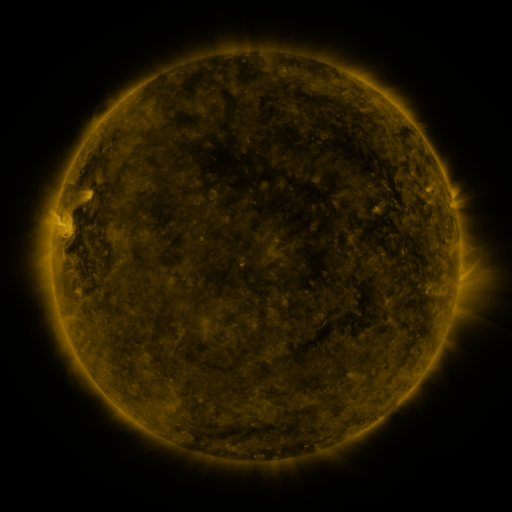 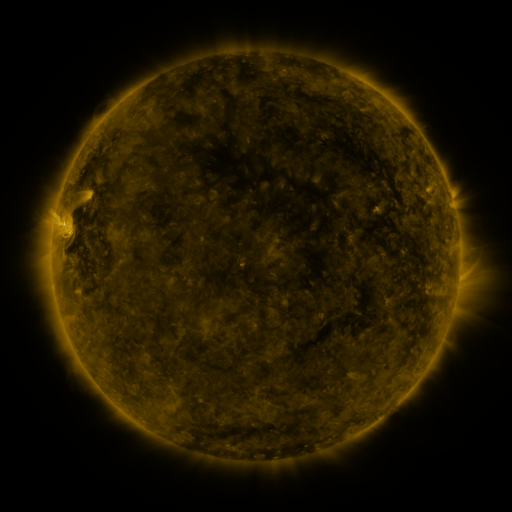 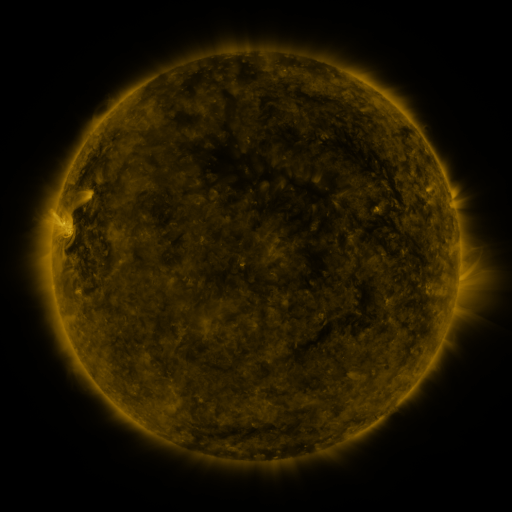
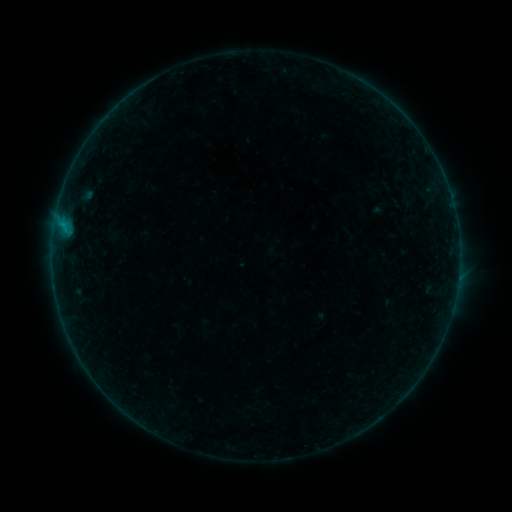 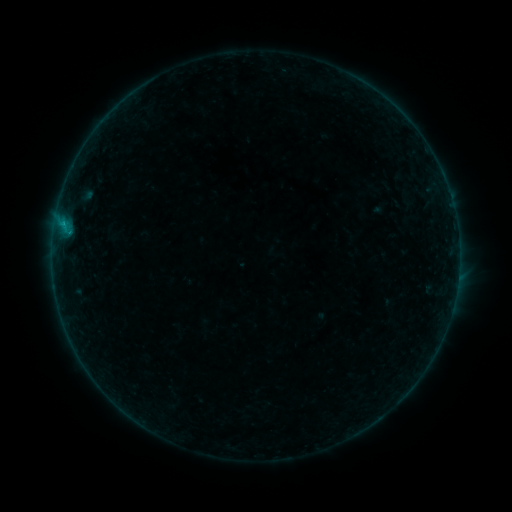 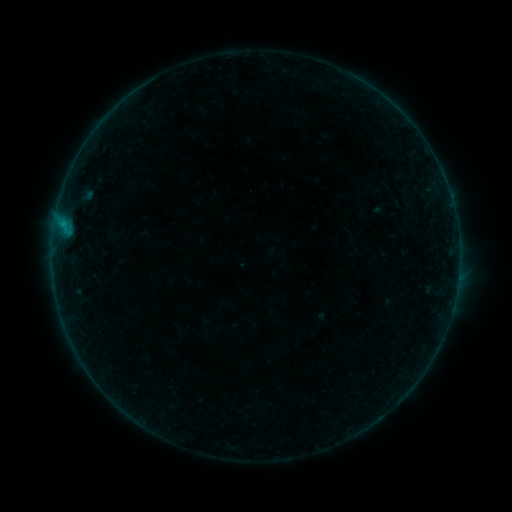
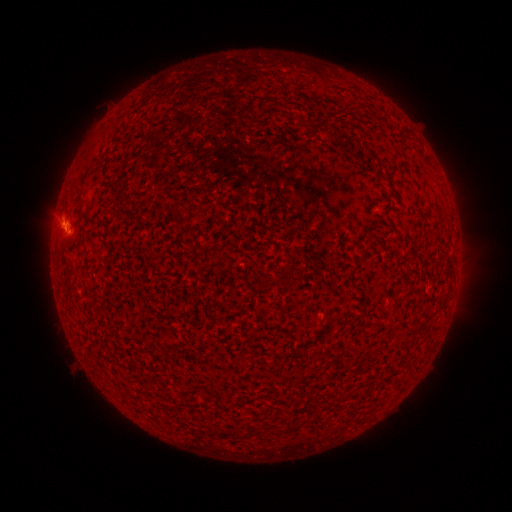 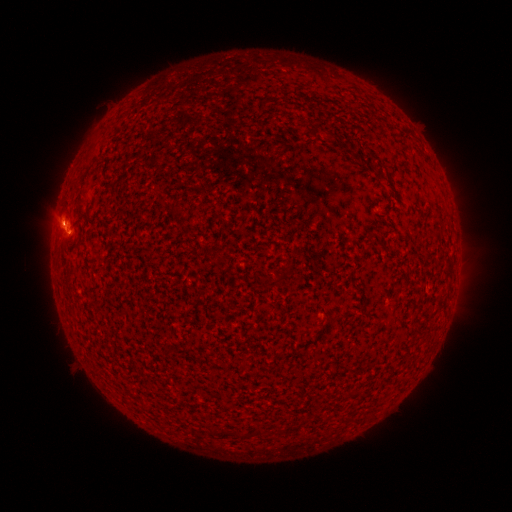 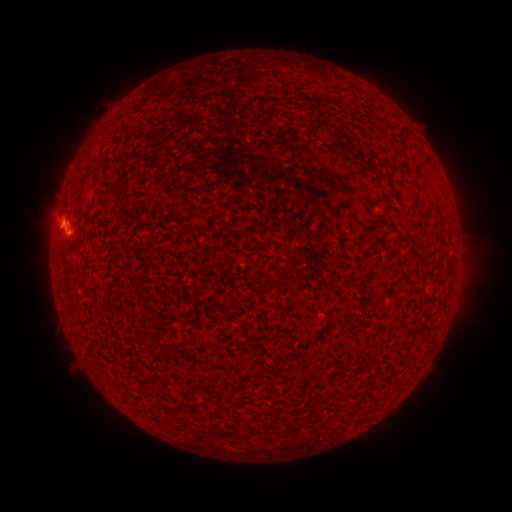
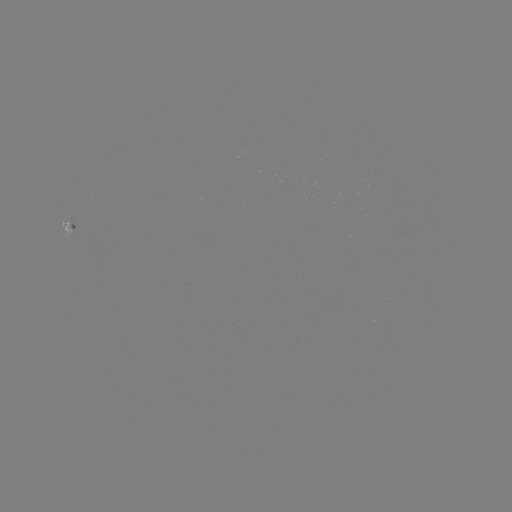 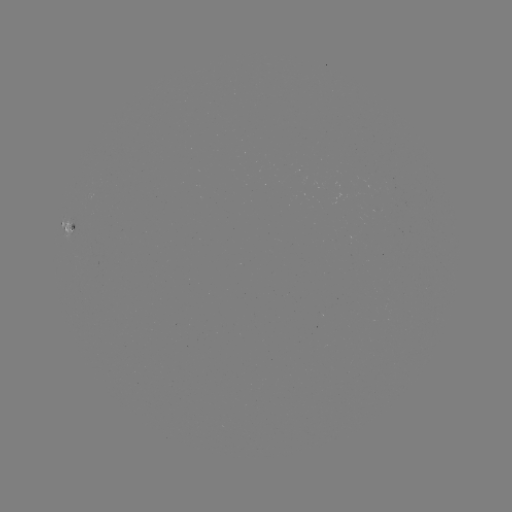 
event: flare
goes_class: B3.4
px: (63, 223)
